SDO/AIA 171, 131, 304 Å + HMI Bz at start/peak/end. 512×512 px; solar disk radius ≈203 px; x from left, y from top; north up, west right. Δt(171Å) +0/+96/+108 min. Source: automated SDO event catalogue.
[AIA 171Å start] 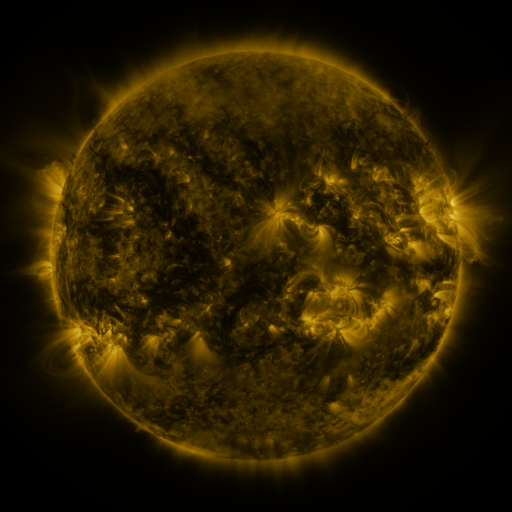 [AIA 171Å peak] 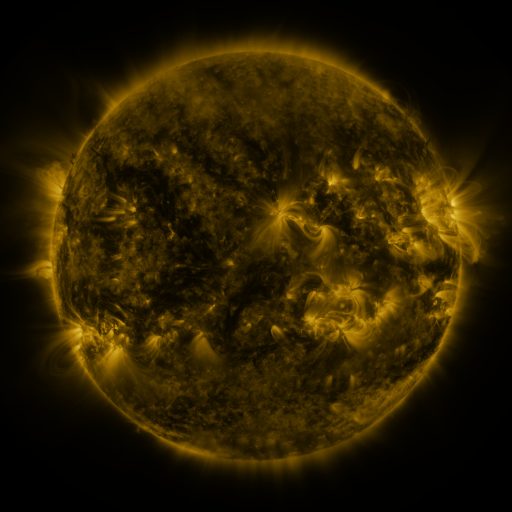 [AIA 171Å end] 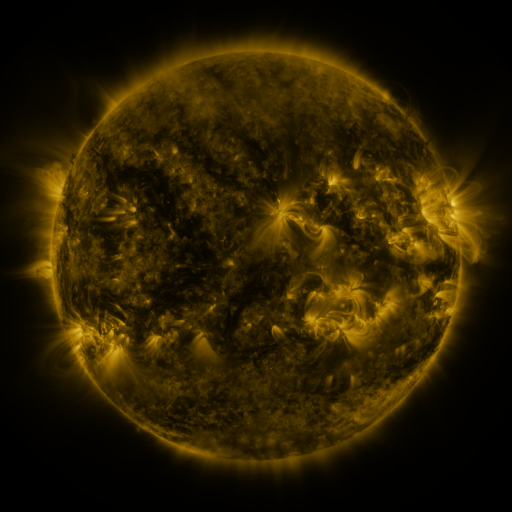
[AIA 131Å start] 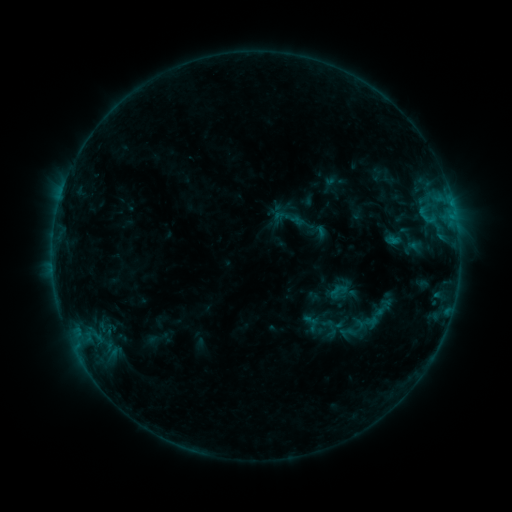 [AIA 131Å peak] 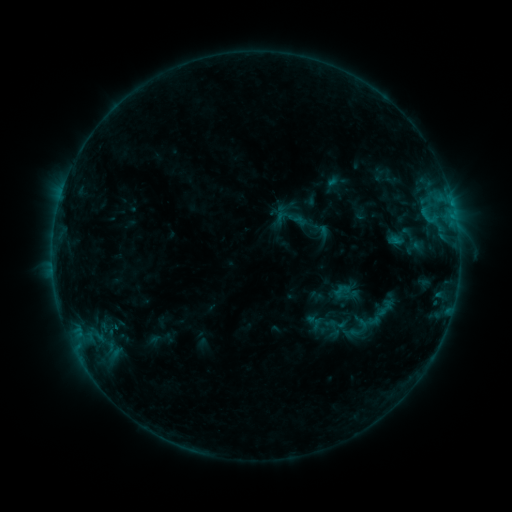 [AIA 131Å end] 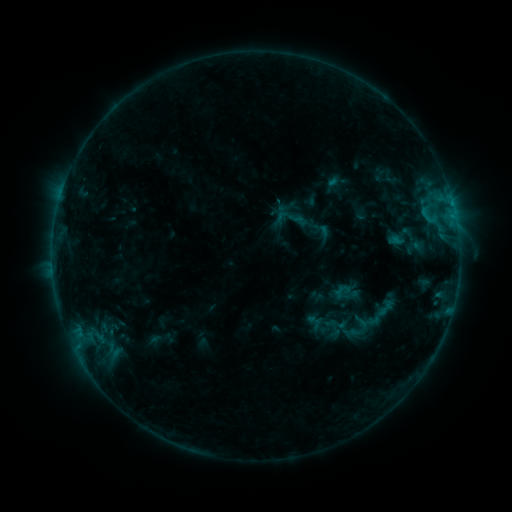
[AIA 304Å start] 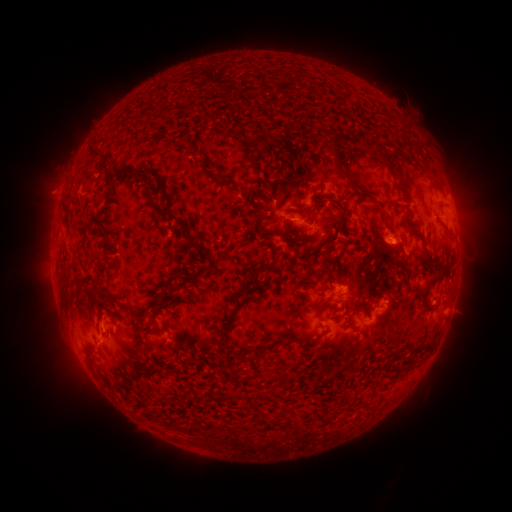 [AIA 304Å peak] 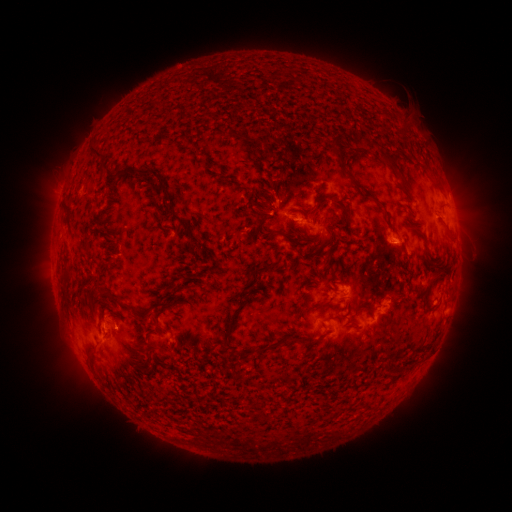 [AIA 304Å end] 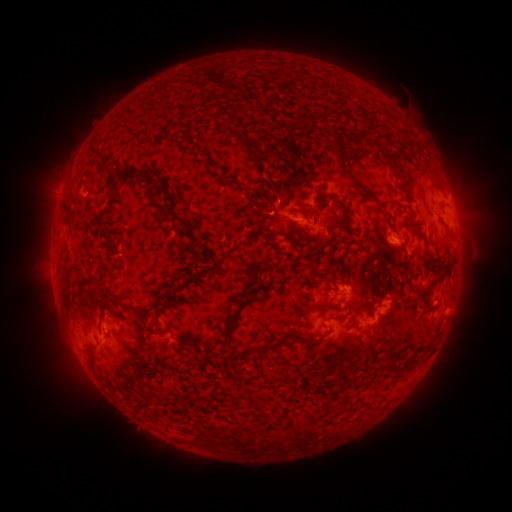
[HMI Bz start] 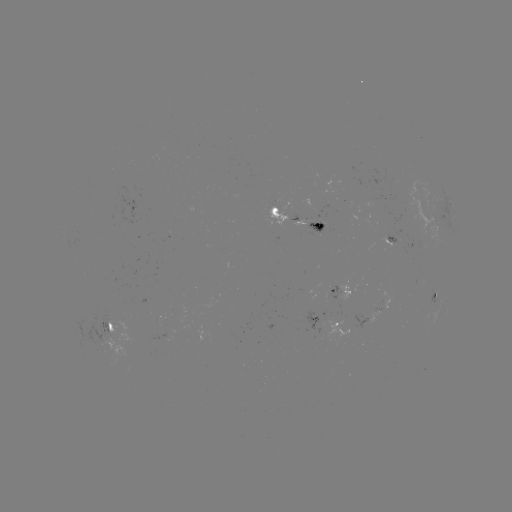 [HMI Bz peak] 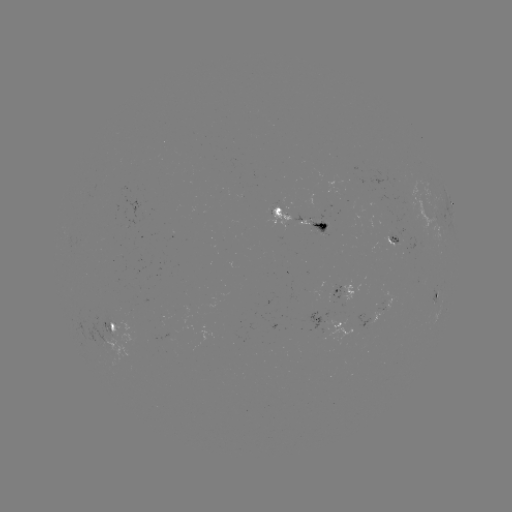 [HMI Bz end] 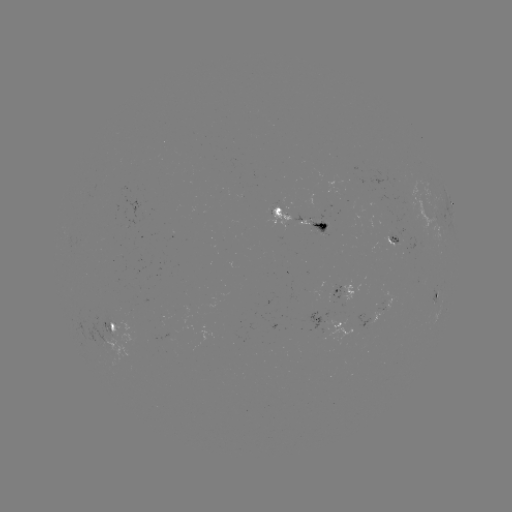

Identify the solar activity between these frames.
emerging-flux region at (324, 223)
